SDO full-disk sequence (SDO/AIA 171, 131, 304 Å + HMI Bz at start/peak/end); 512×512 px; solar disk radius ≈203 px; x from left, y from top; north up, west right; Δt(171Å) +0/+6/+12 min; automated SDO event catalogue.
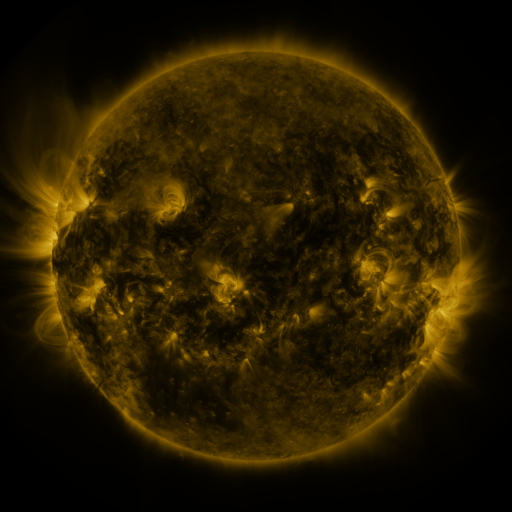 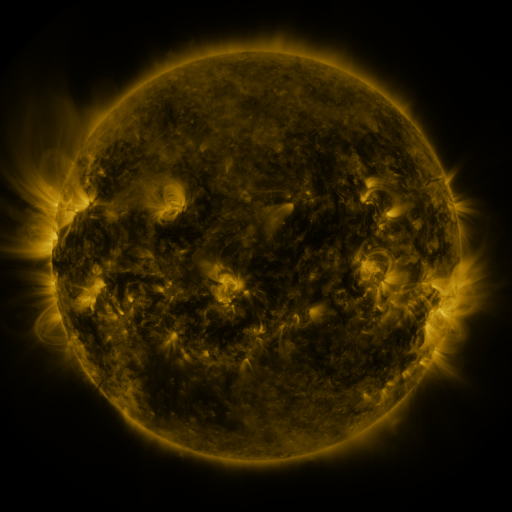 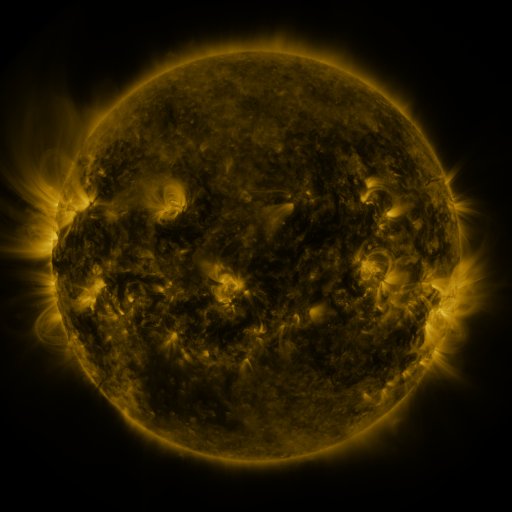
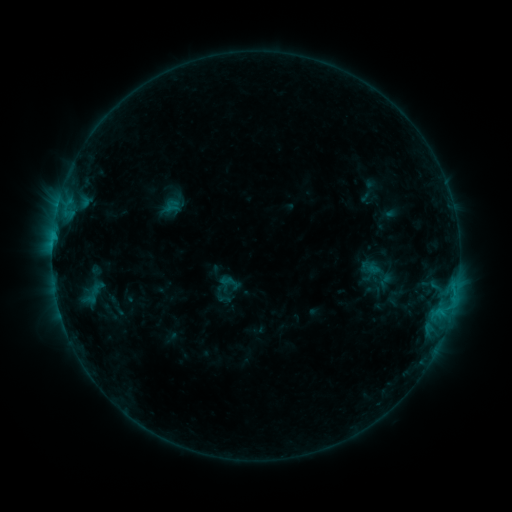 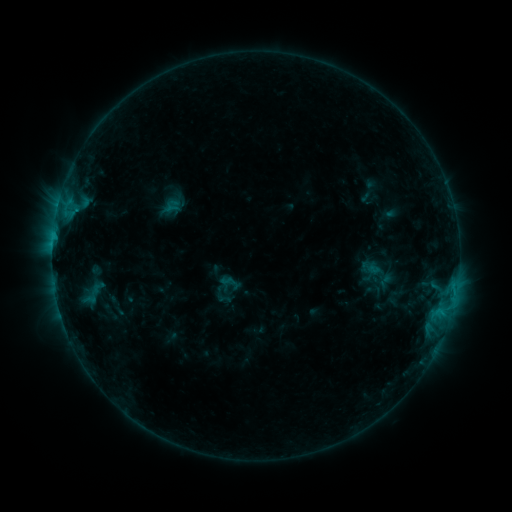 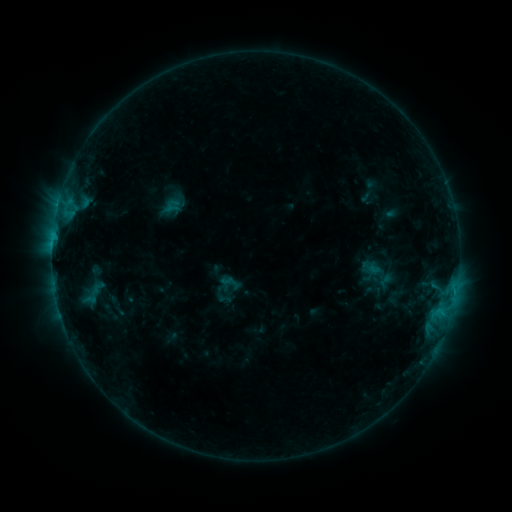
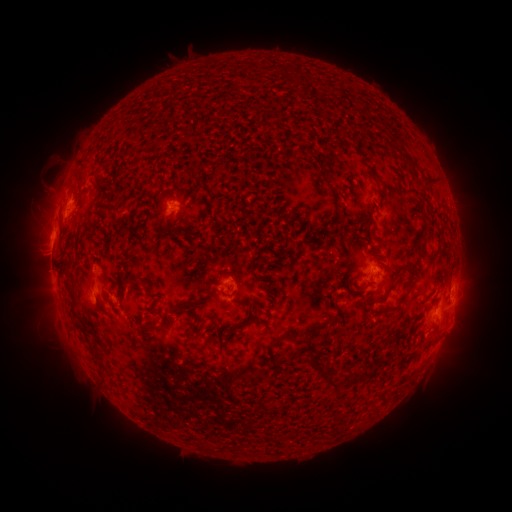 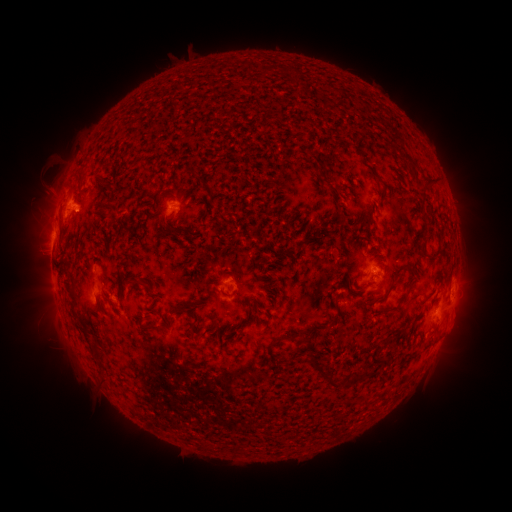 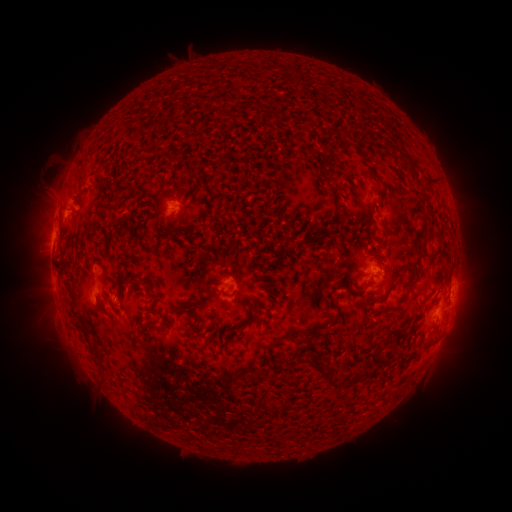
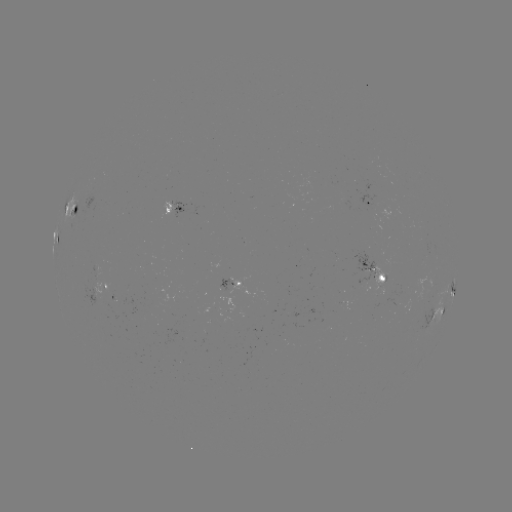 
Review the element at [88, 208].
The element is eruption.